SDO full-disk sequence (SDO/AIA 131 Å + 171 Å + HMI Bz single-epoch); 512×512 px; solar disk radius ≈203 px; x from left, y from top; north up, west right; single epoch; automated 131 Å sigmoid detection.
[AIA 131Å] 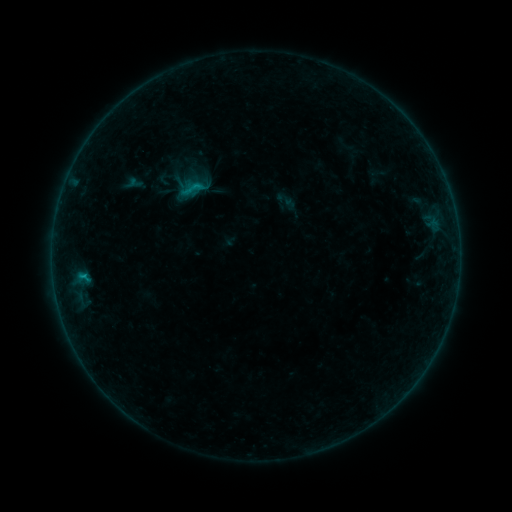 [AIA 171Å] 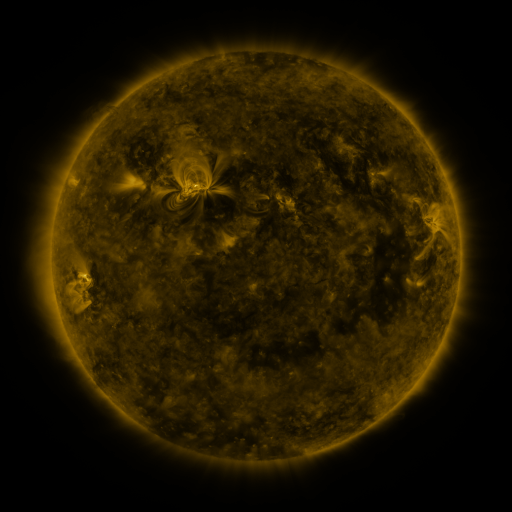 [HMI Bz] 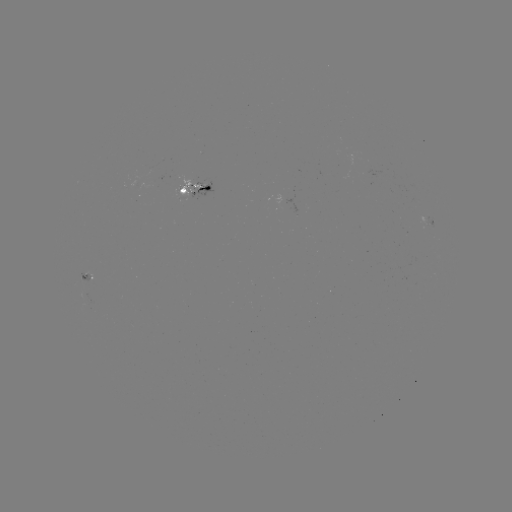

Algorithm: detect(sigmoid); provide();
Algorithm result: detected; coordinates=194,188